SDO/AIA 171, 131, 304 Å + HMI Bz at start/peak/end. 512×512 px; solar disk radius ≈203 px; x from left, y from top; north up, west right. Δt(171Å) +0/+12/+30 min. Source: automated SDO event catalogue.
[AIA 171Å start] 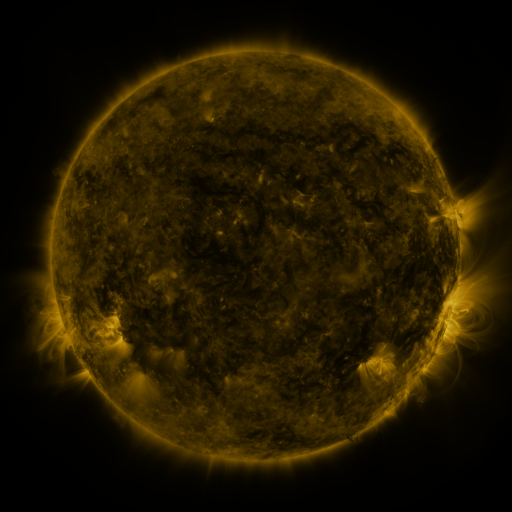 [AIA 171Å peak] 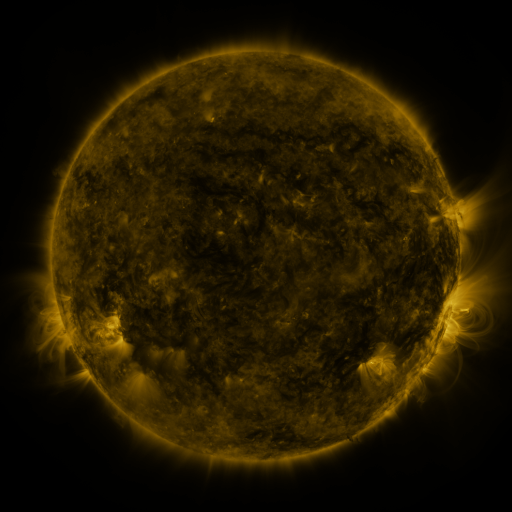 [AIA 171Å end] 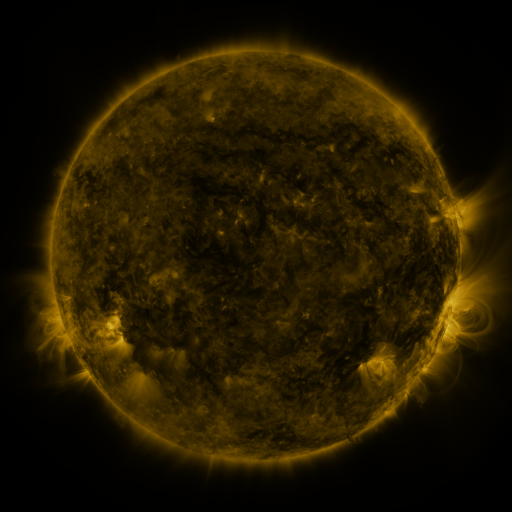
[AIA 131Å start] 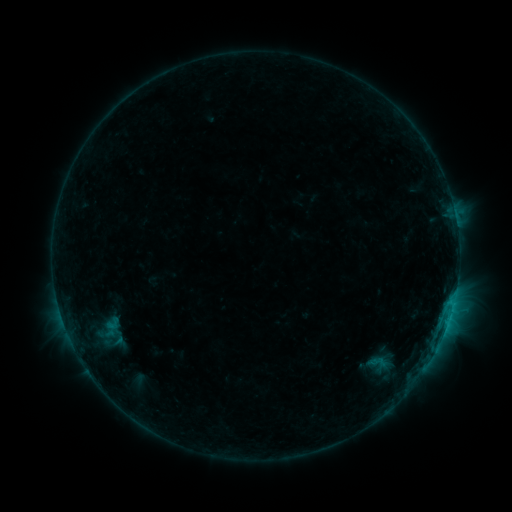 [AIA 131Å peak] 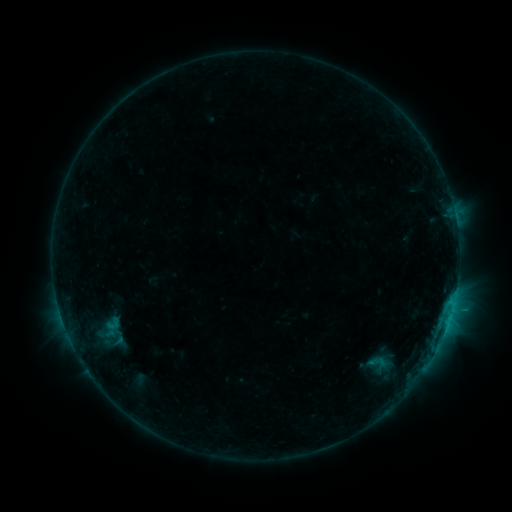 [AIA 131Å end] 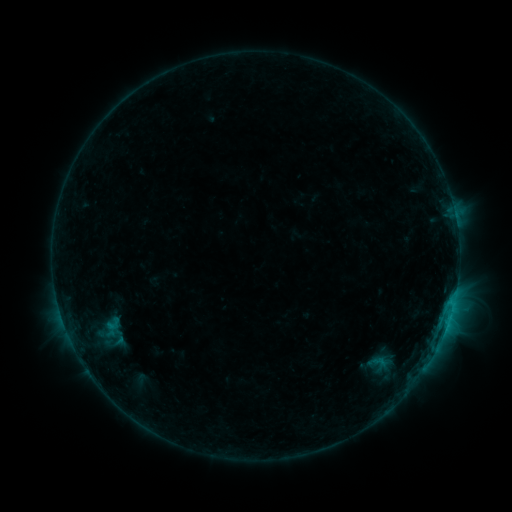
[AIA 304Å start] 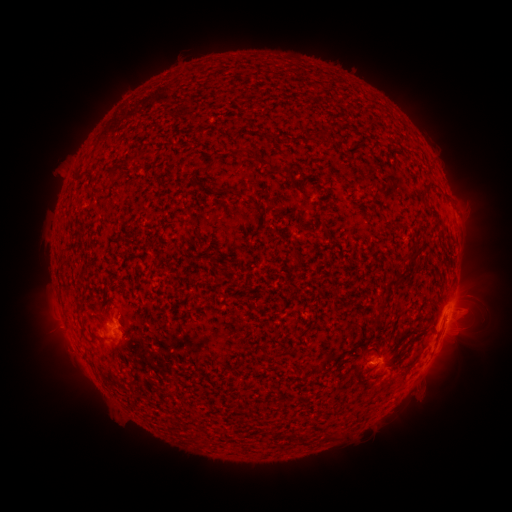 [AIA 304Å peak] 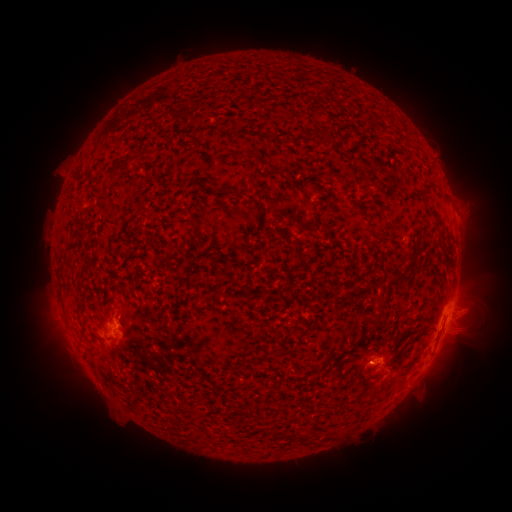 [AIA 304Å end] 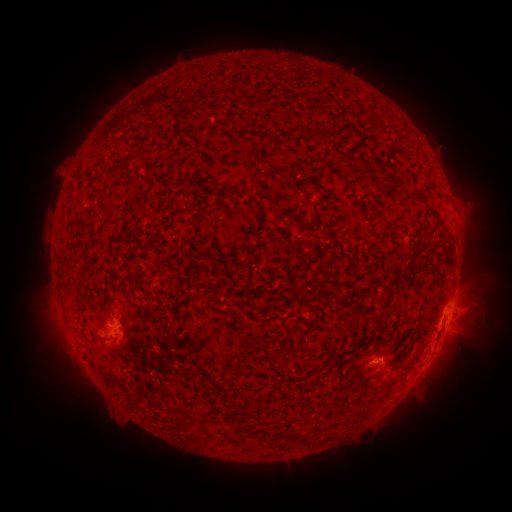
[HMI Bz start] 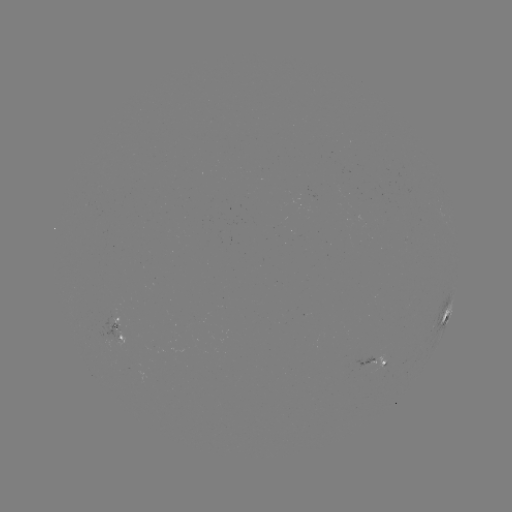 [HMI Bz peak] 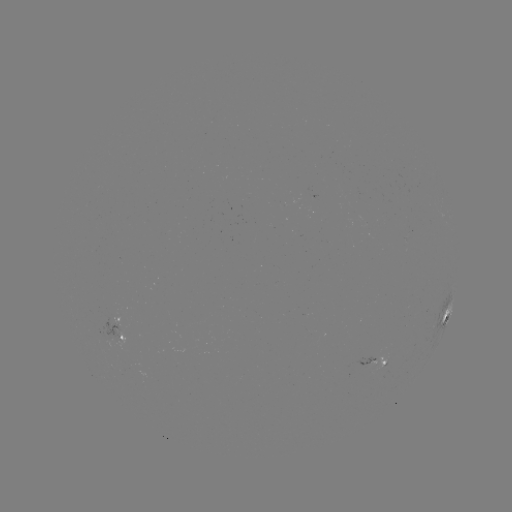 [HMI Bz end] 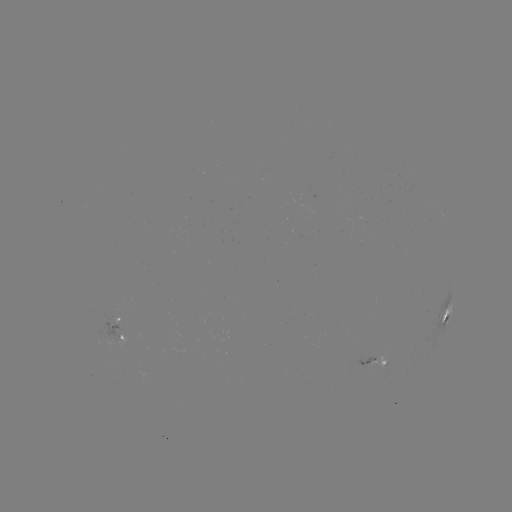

no classed flare was catalogued and no EUV brightening was flagged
